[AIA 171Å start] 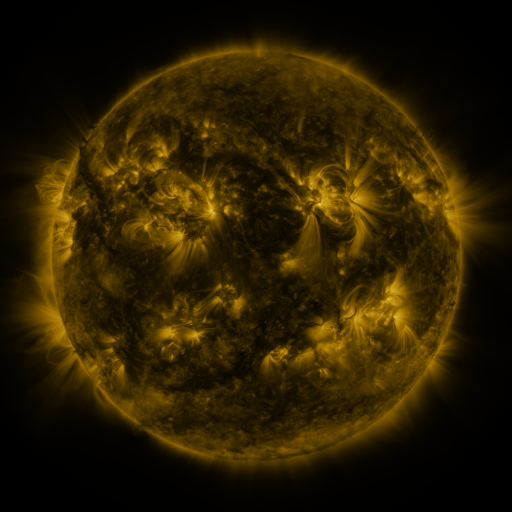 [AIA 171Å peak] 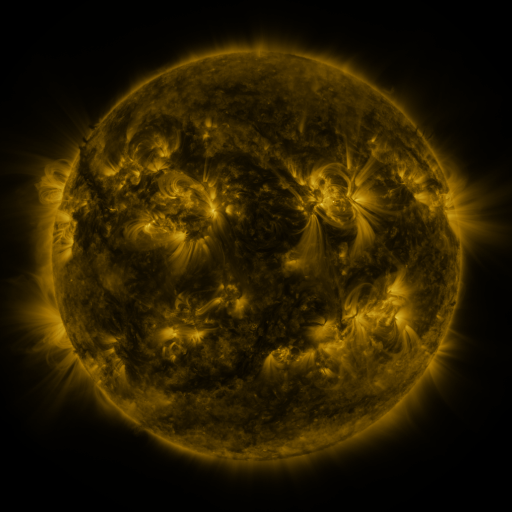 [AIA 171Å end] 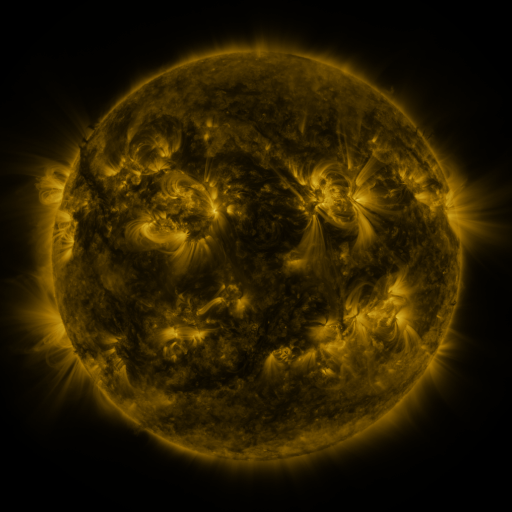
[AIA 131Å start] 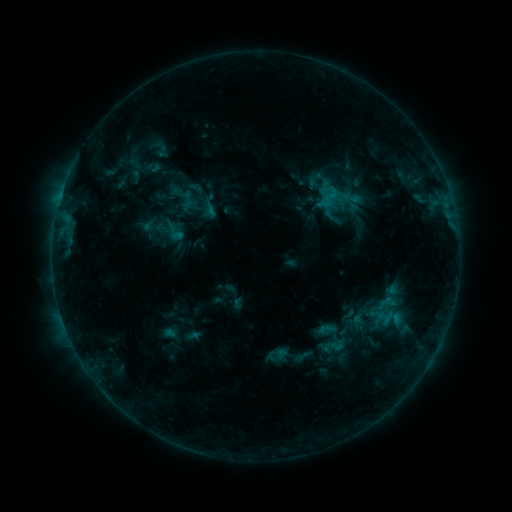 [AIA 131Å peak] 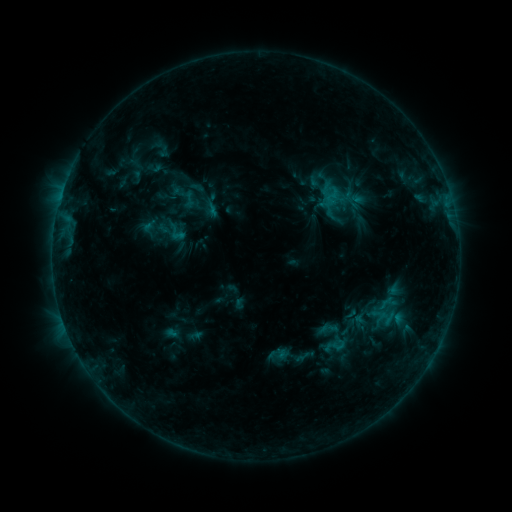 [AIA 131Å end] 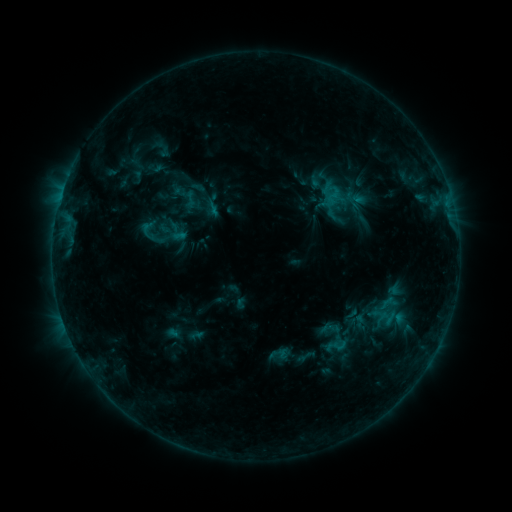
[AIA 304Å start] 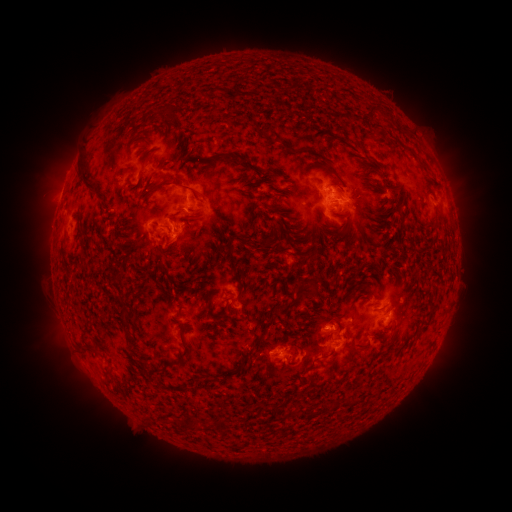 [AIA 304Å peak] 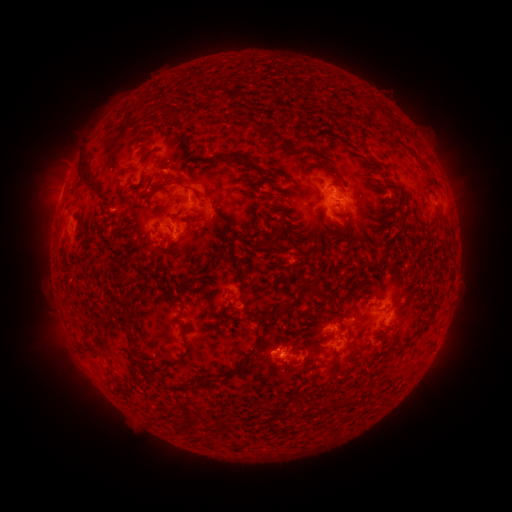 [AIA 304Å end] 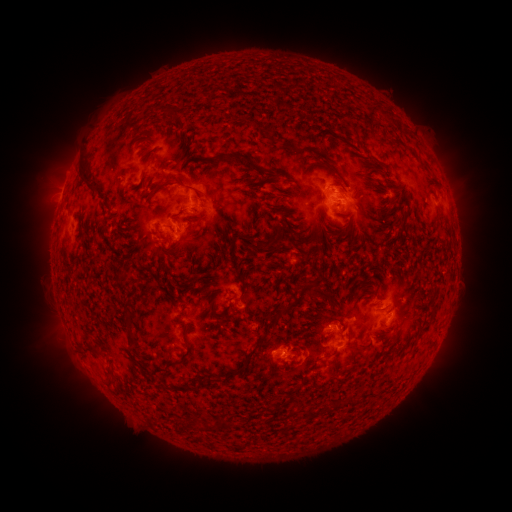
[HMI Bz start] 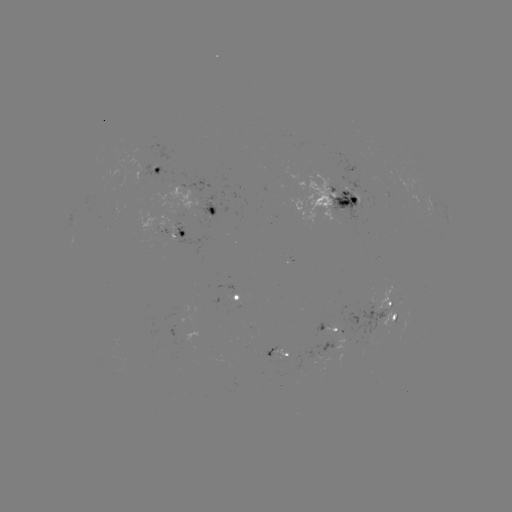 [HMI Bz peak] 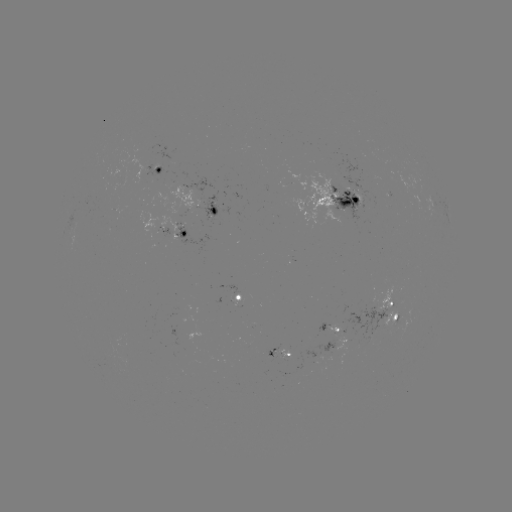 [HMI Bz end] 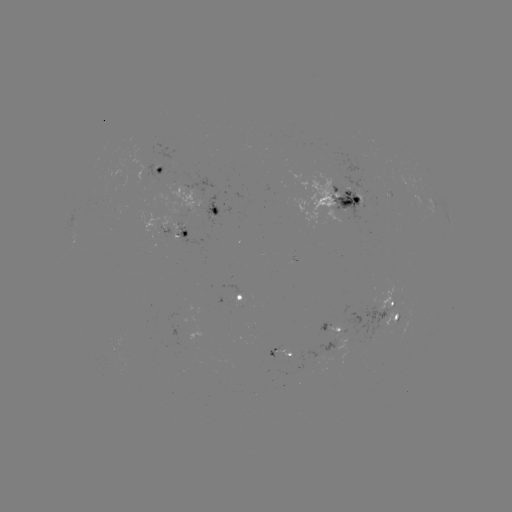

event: emerging-flux region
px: (378, 301)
